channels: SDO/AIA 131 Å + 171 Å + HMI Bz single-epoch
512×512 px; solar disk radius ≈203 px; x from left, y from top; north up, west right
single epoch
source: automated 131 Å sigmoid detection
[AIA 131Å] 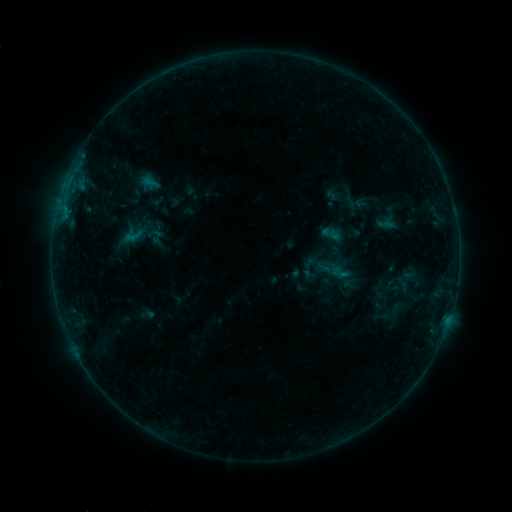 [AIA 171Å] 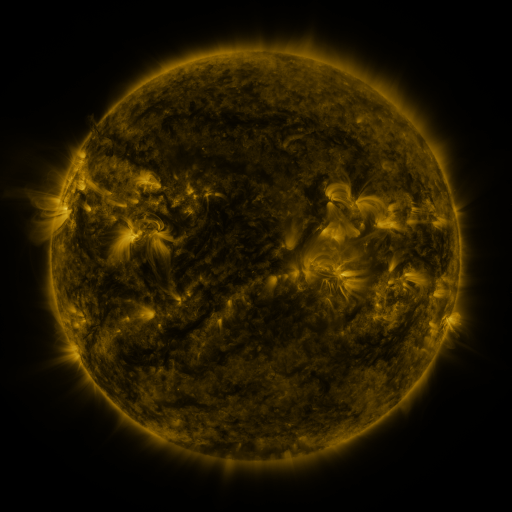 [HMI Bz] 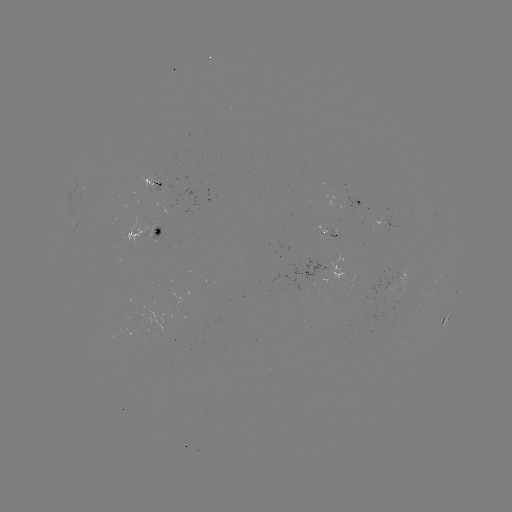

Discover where sigmoid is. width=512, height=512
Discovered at (331, 233).